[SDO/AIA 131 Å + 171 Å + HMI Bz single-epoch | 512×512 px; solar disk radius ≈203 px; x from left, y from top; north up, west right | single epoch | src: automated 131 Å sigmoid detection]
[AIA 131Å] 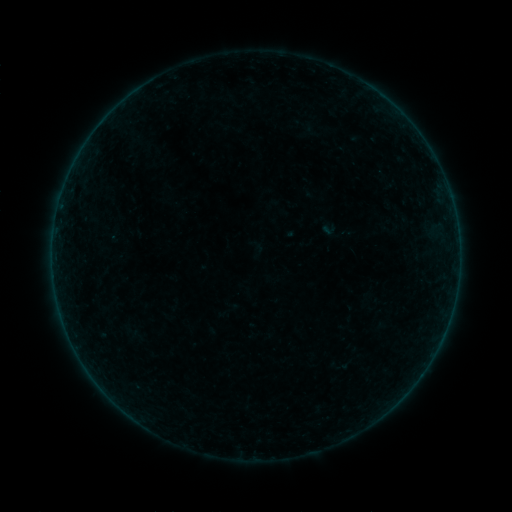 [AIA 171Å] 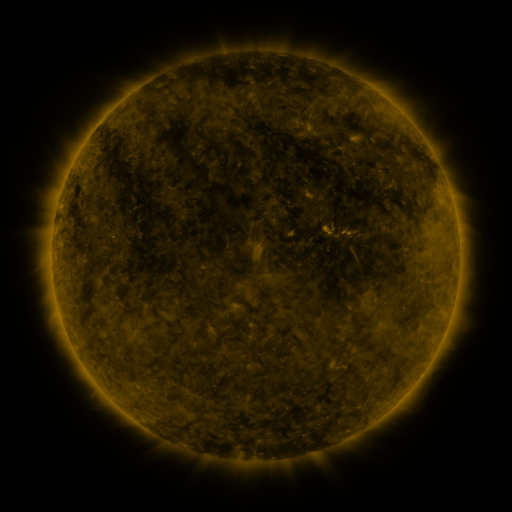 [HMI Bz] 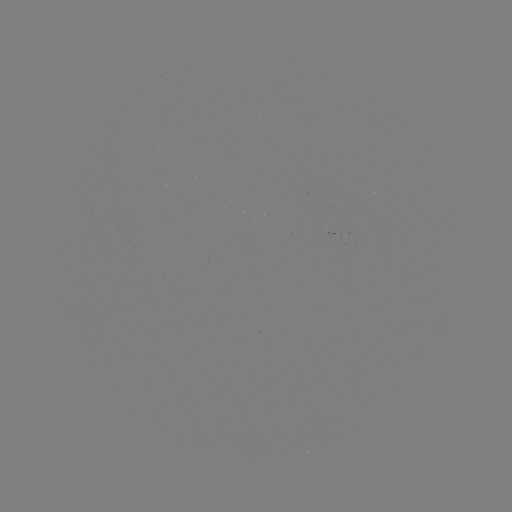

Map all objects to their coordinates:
sigmoid: (329, 229)
